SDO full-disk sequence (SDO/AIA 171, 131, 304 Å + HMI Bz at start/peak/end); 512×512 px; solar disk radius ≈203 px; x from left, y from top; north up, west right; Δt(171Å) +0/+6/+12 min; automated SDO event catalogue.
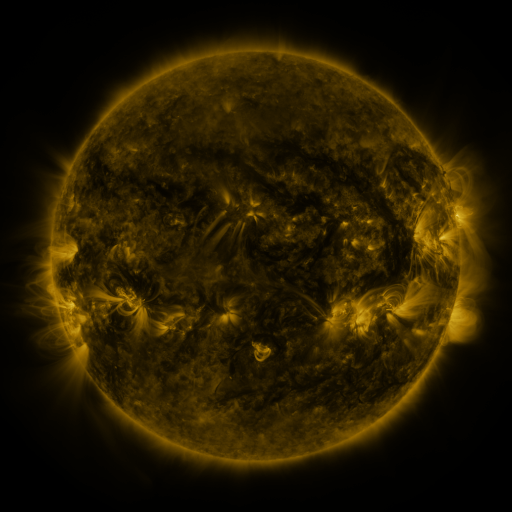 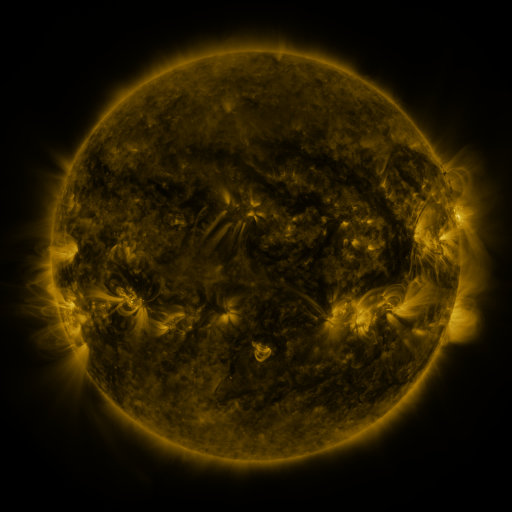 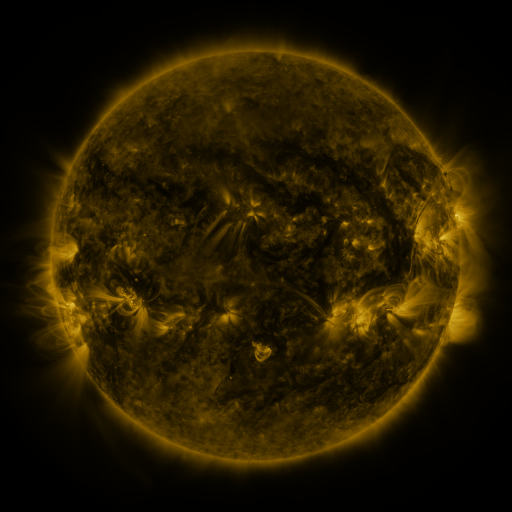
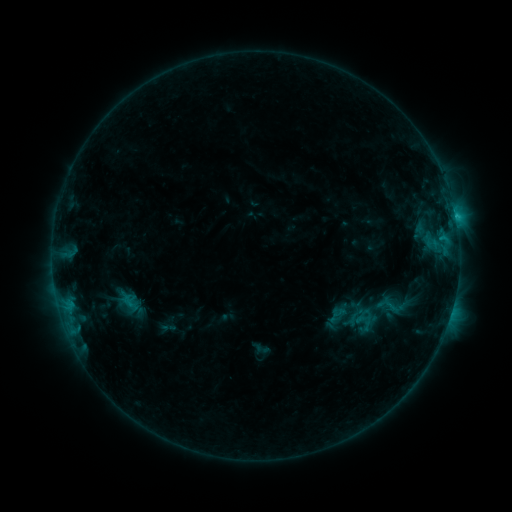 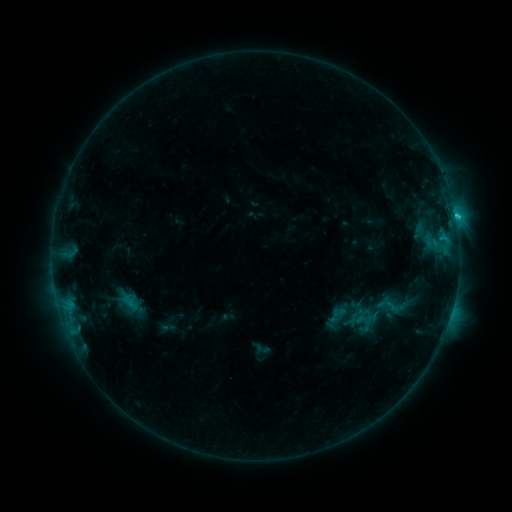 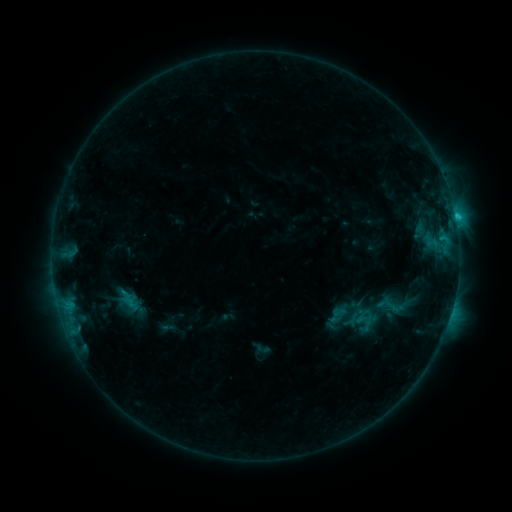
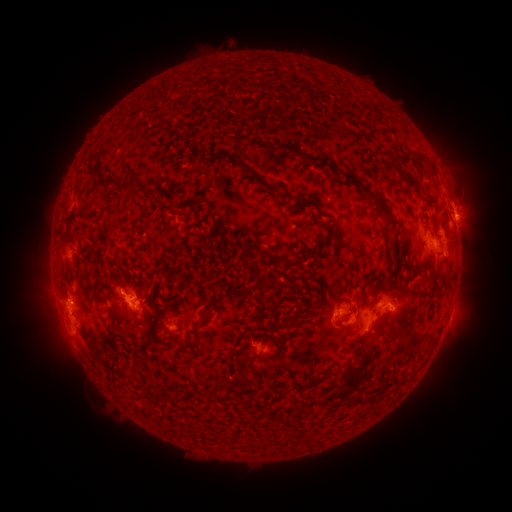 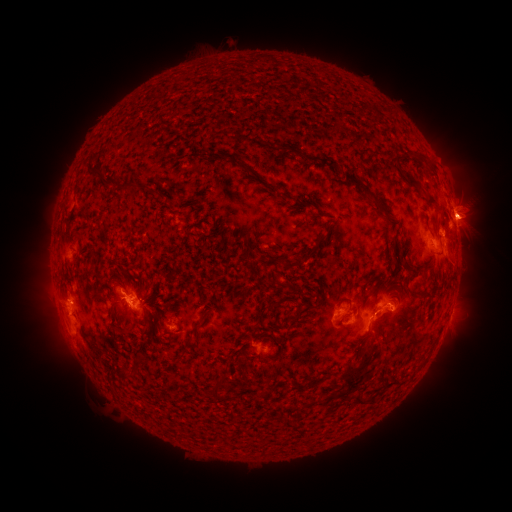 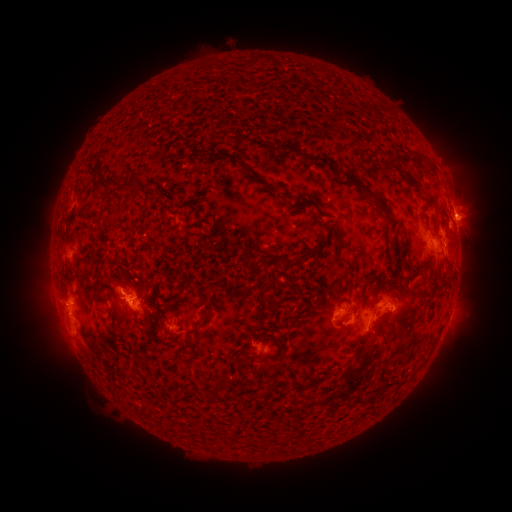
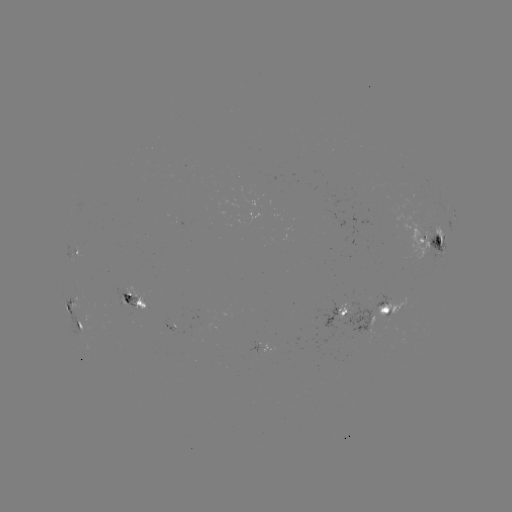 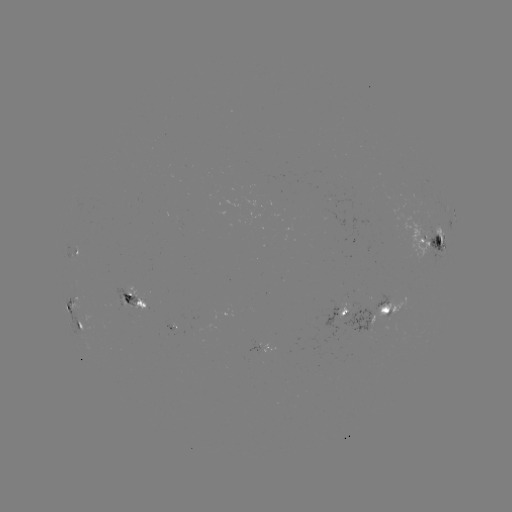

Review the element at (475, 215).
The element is eruption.